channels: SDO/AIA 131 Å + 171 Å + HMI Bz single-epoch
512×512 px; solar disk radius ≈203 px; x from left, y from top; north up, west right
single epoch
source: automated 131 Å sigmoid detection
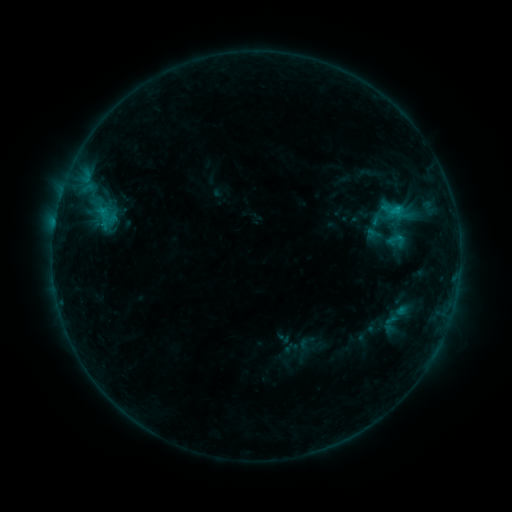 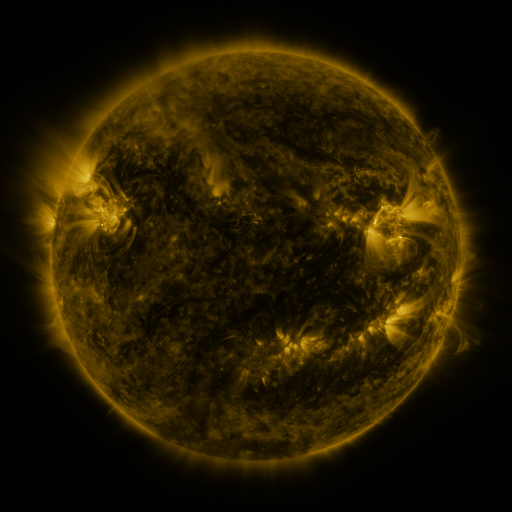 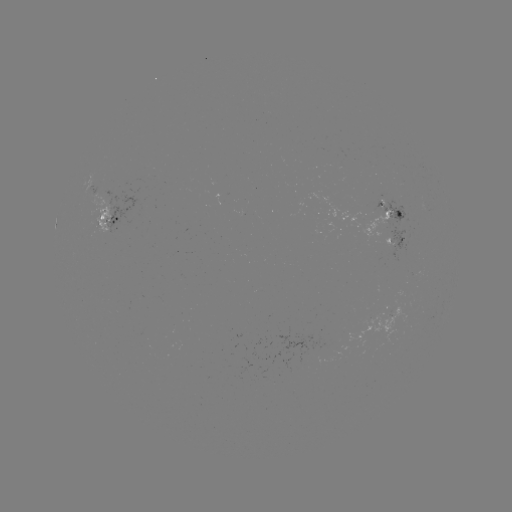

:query sigmoid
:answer [397, 240]